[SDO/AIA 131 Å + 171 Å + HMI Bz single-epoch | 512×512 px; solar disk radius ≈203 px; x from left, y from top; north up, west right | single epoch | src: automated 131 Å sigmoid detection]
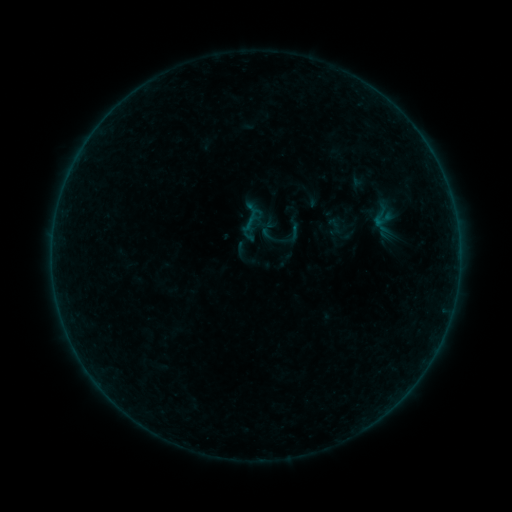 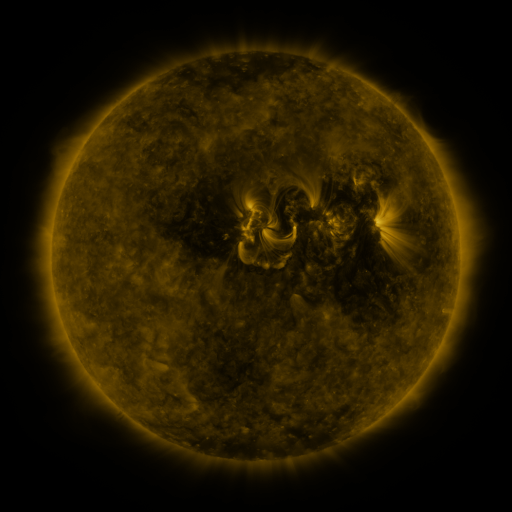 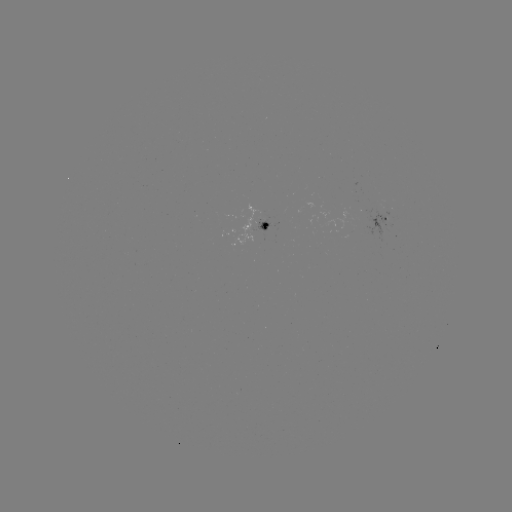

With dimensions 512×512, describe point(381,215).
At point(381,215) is sigmoid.